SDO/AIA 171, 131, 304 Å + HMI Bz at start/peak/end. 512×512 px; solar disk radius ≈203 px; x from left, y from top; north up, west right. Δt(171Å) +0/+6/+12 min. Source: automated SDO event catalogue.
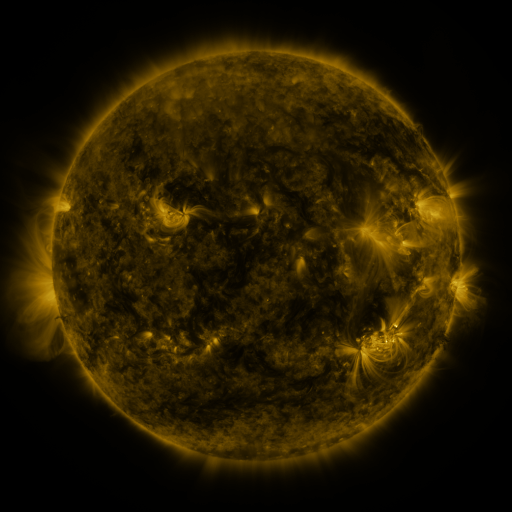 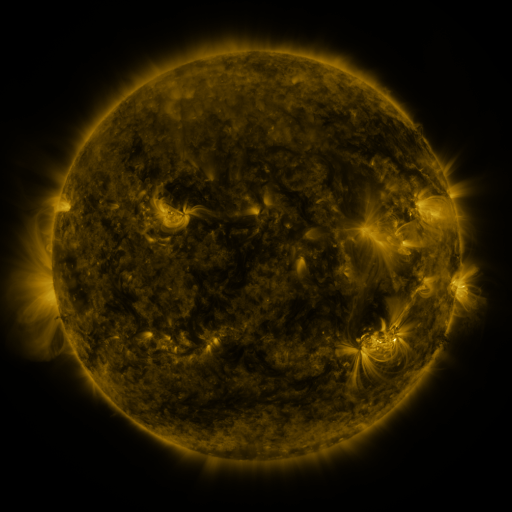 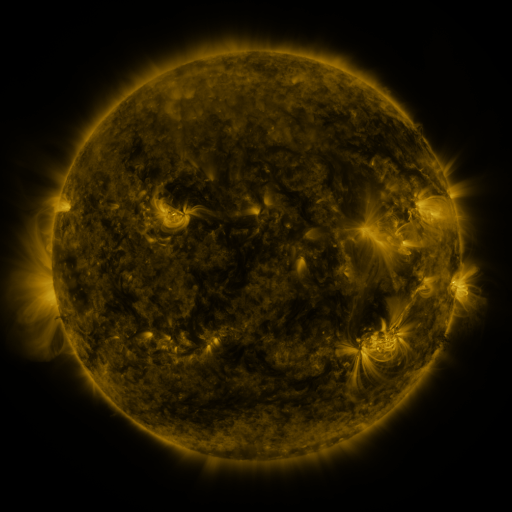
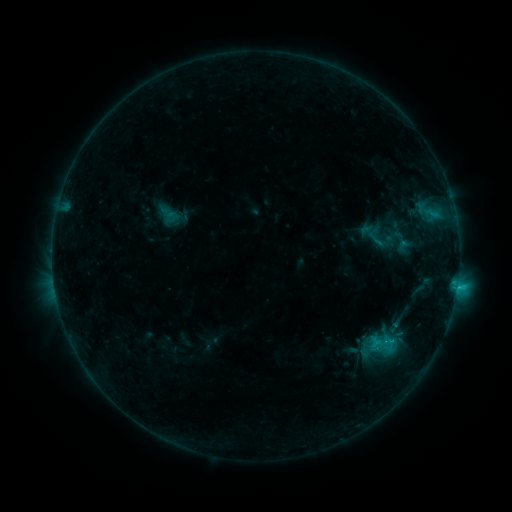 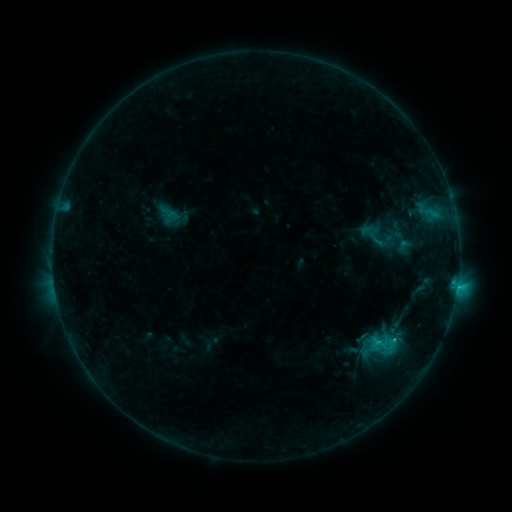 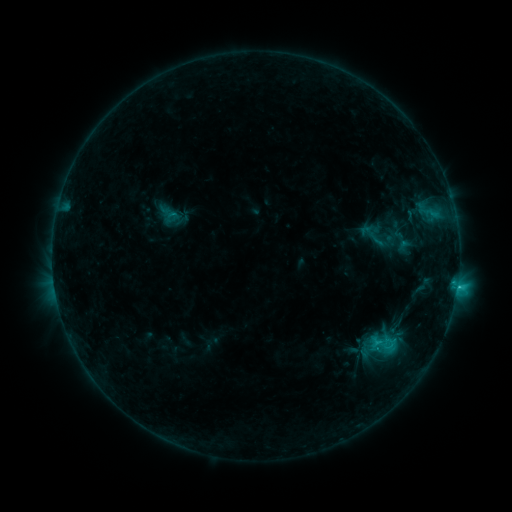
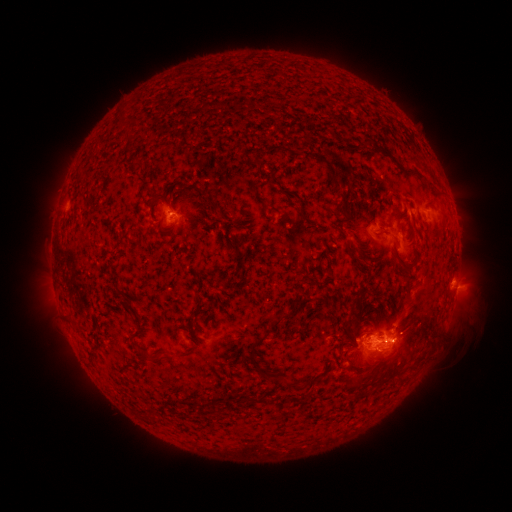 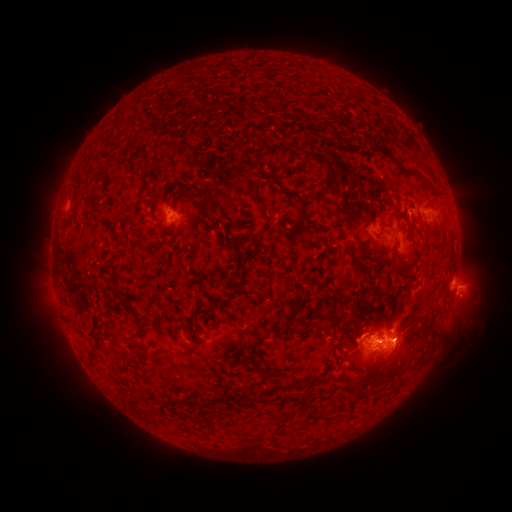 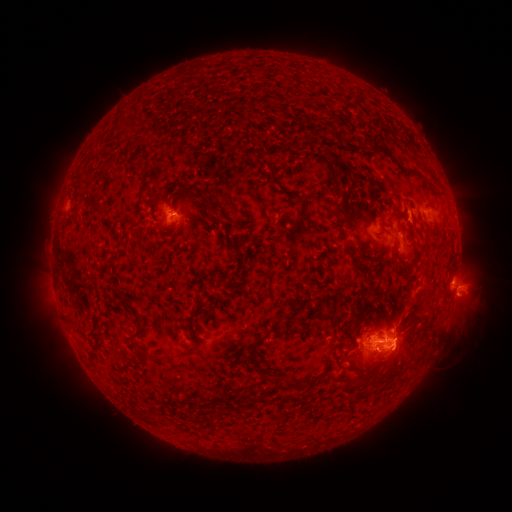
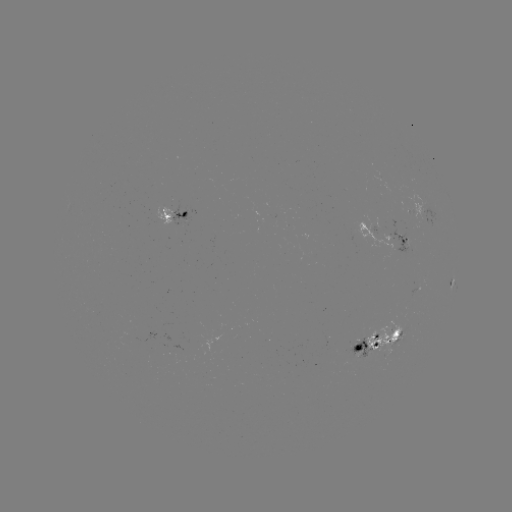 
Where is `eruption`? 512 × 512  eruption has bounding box [385, 321, 430, 374].